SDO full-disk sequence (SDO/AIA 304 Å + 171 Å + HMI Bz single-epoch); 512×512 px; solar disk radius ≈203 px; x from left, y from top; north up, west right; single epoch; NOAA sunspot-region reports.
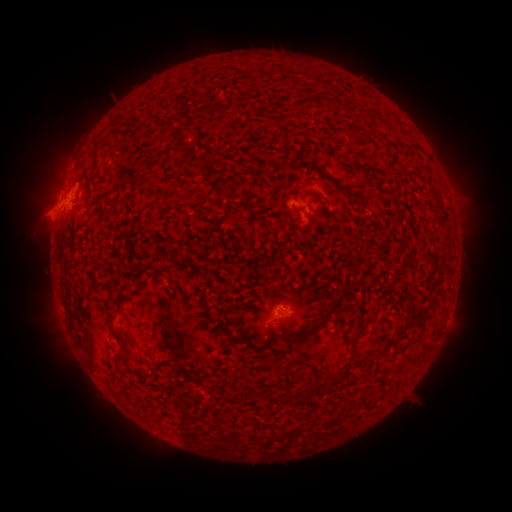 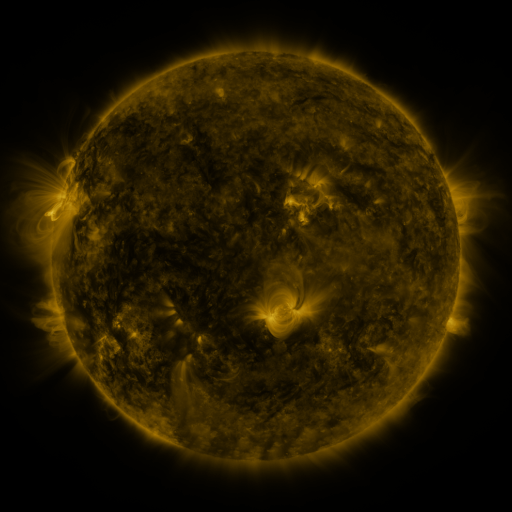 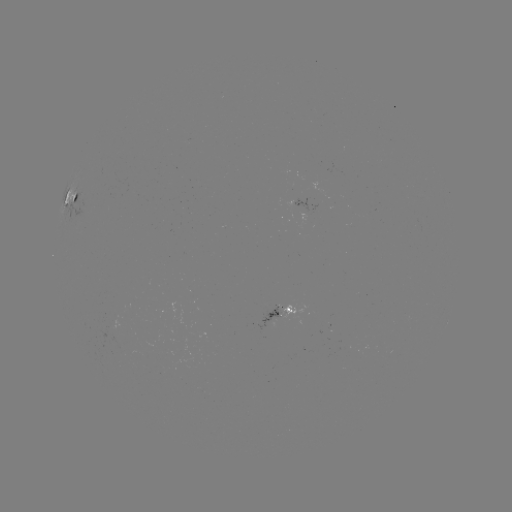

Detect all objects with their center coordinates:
spotted active region: (80, 197)
spotted active region: (307, 209)
spotted active region: (280, 312)
